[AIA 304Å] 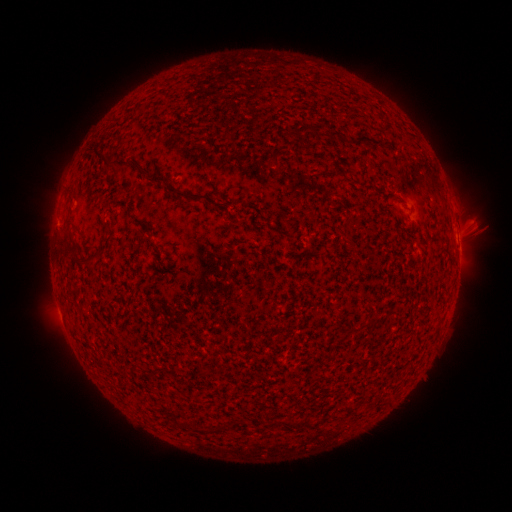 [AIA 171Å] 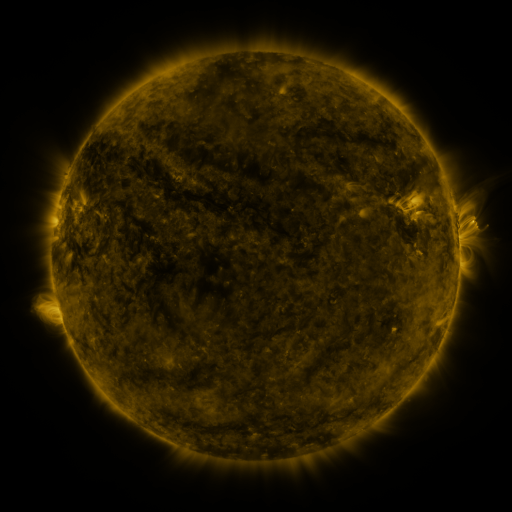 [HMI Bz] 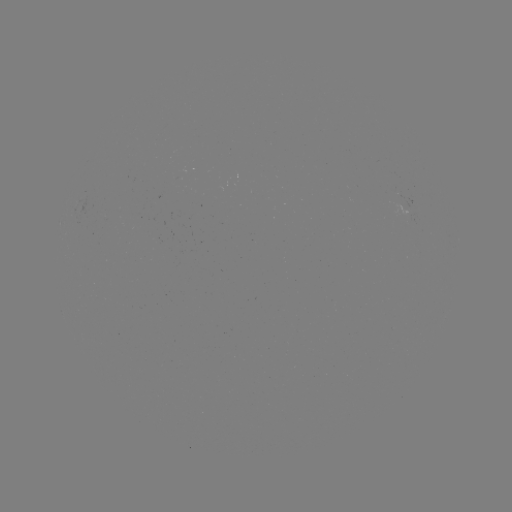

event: spotted active region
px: (458, 237)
